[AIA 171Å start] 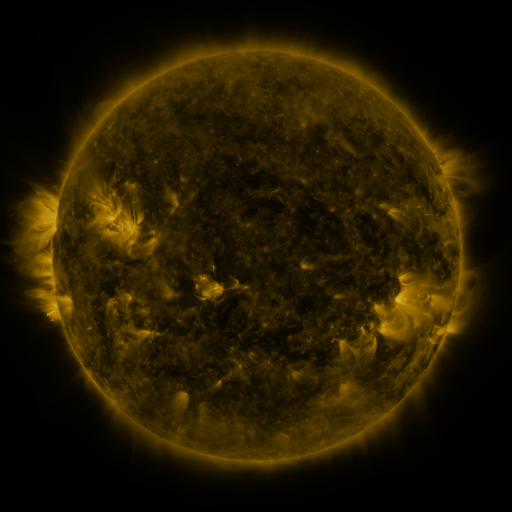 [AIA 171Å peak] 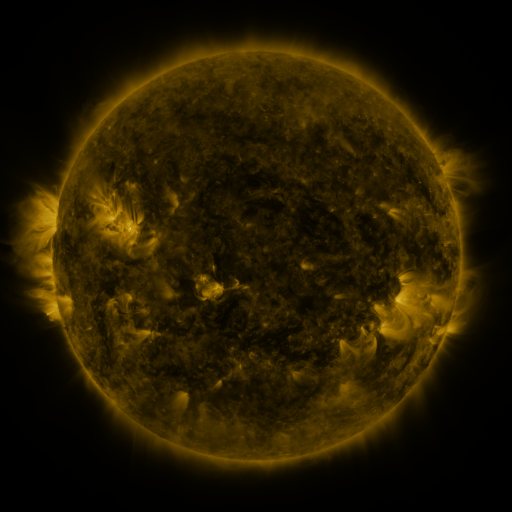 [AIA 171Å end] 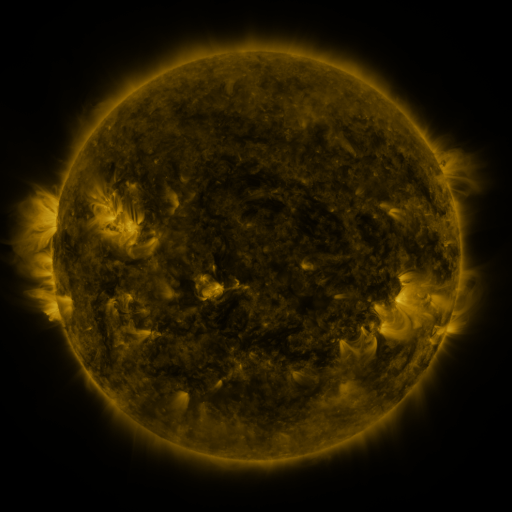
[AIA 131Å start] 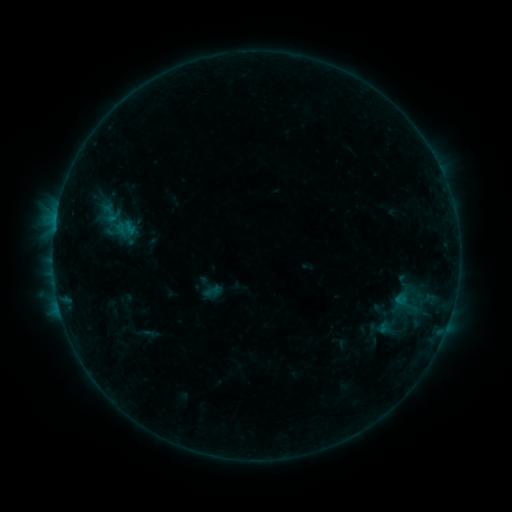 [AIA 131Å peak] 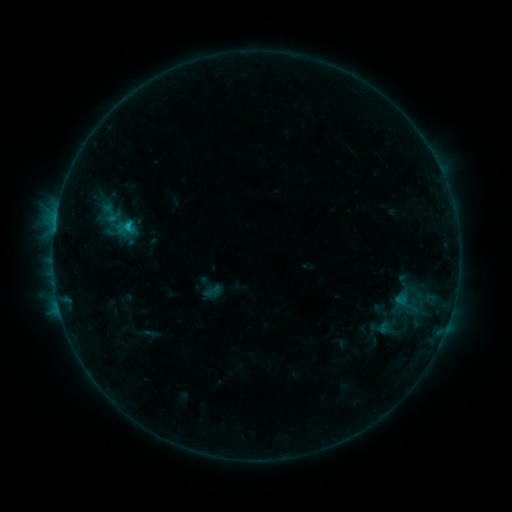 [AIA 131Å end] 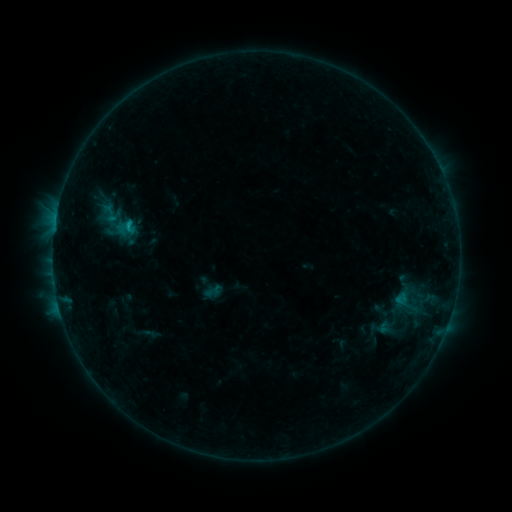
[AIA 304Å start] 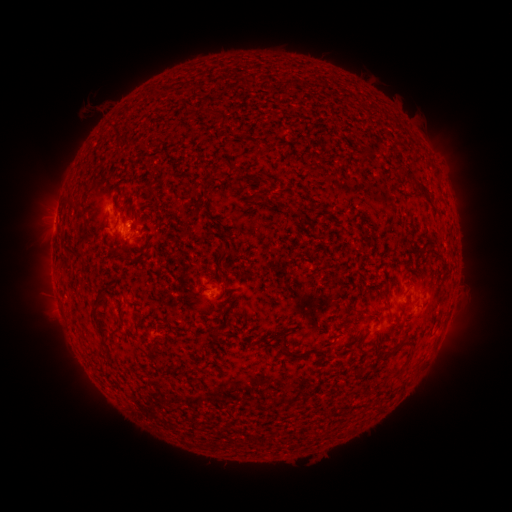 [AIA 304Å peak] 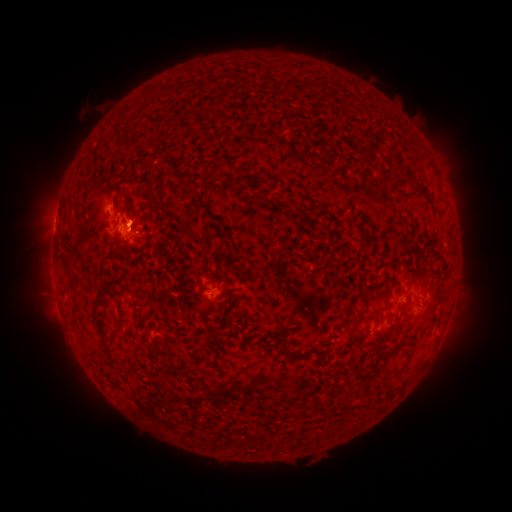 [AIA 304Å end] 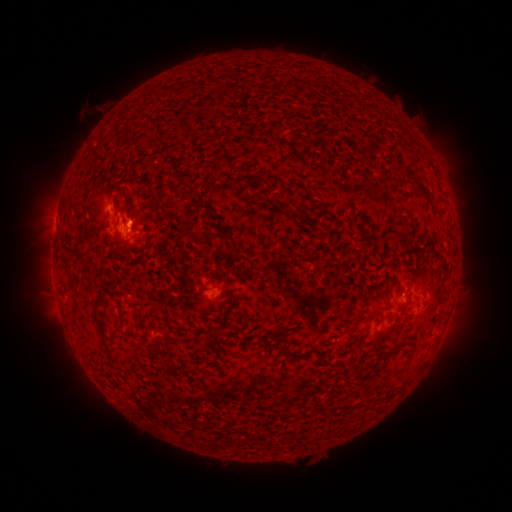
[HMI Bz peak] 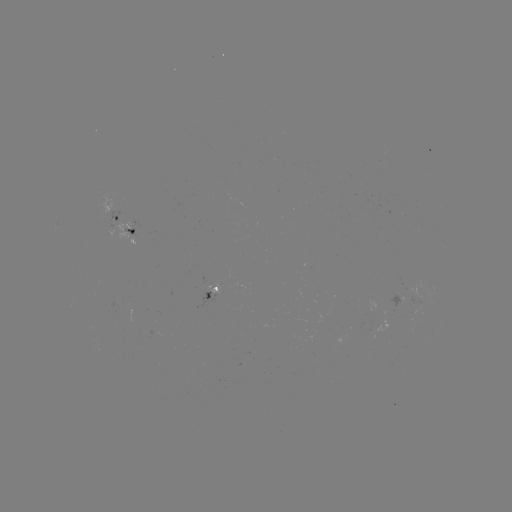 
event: flare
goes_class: B5.5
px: (129, 226)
